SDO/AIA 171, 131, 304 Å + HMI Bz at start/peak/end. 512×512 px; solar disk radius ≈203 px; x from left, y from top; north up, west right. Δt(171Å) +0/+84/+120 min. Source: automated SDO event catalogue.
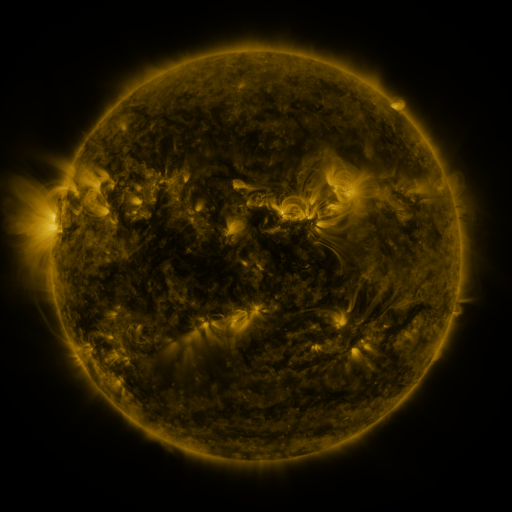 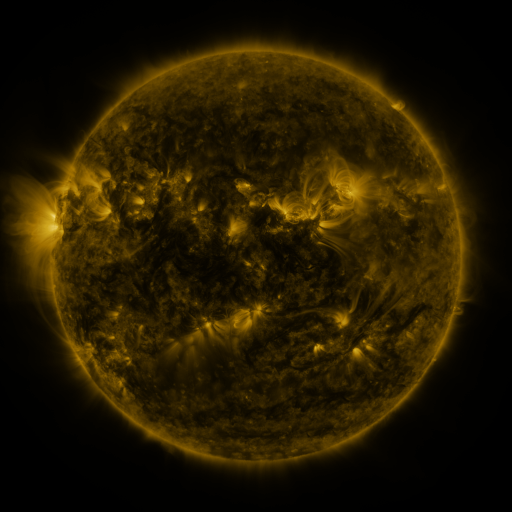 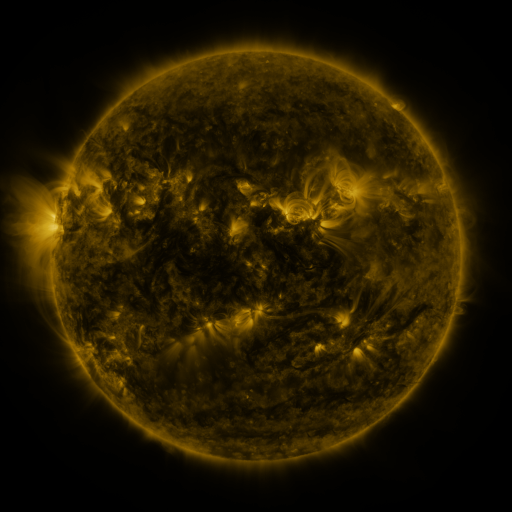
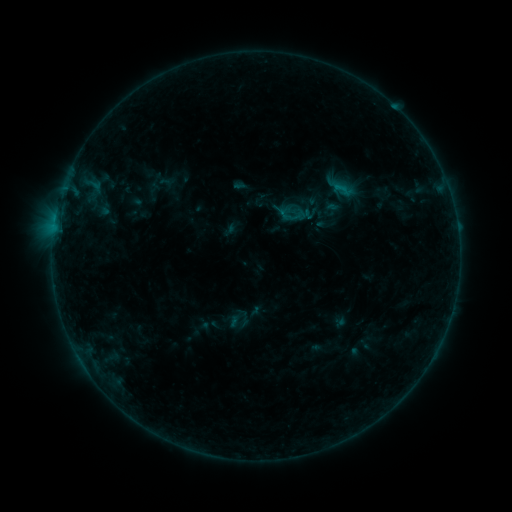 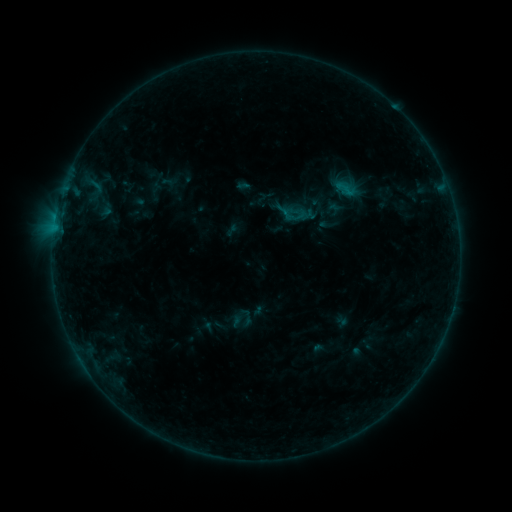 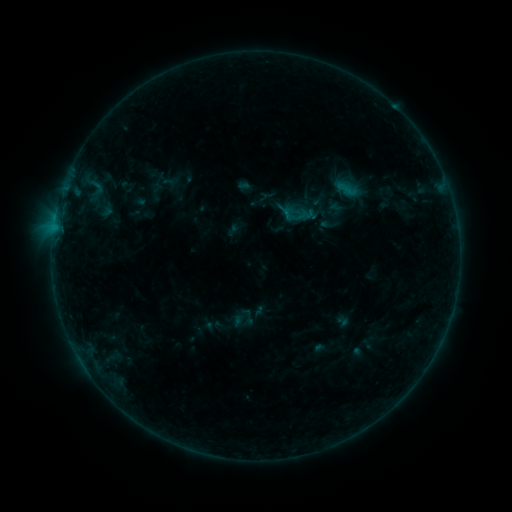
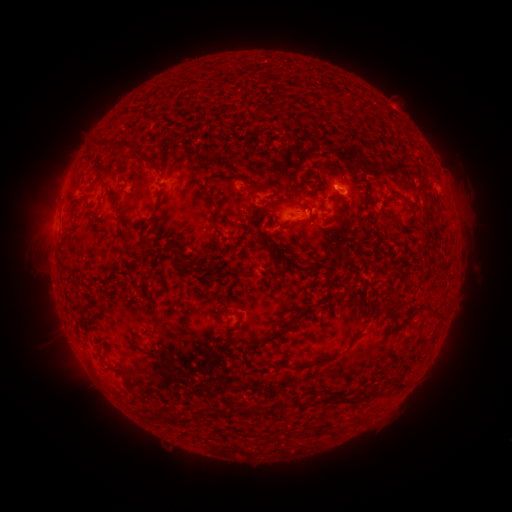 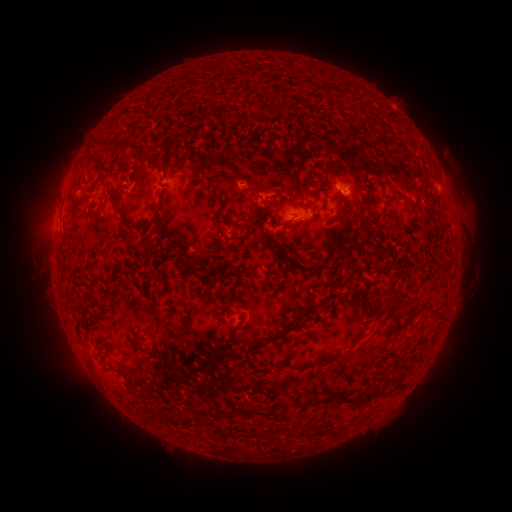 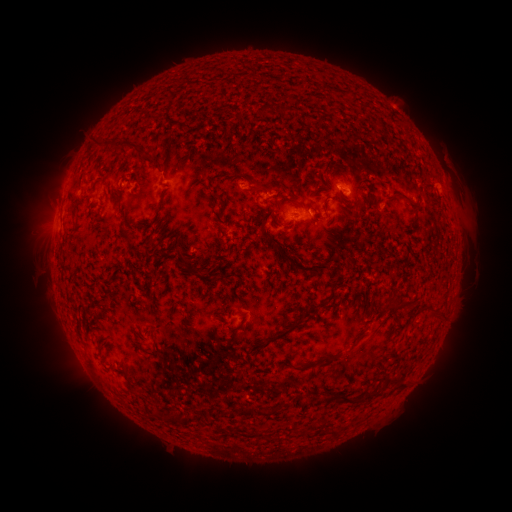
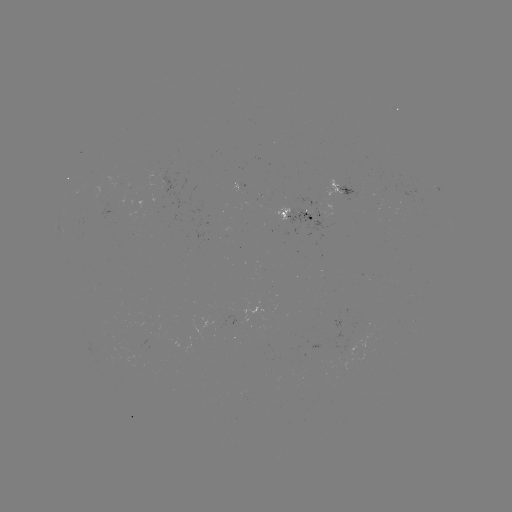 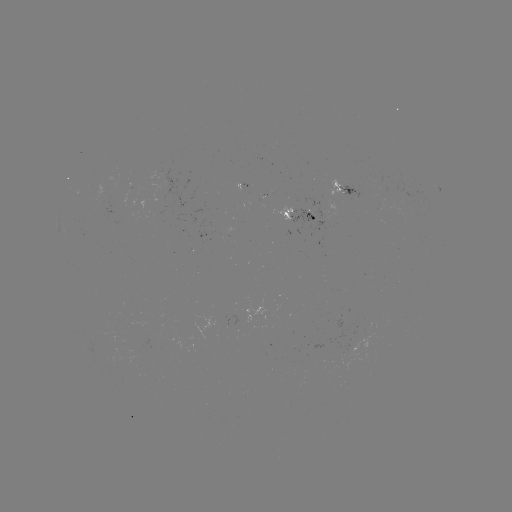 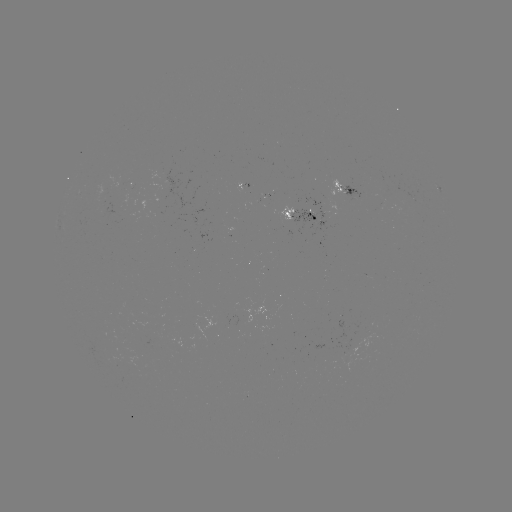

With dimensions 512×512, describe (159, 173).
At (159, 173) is emerging-flux region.